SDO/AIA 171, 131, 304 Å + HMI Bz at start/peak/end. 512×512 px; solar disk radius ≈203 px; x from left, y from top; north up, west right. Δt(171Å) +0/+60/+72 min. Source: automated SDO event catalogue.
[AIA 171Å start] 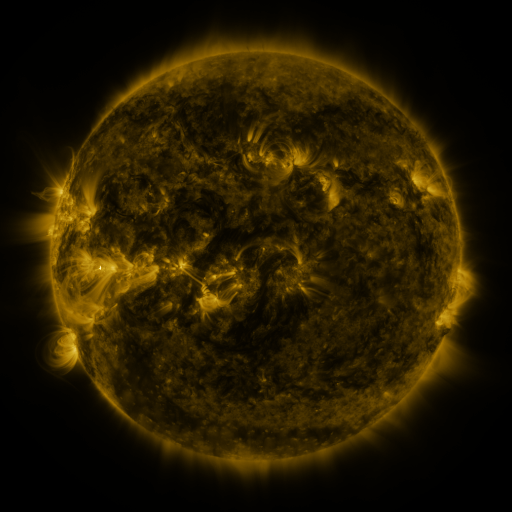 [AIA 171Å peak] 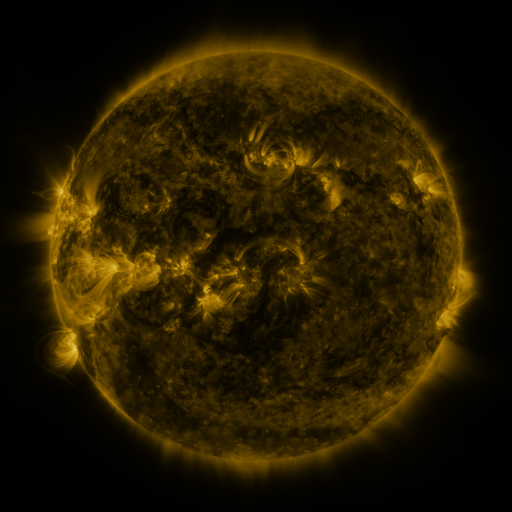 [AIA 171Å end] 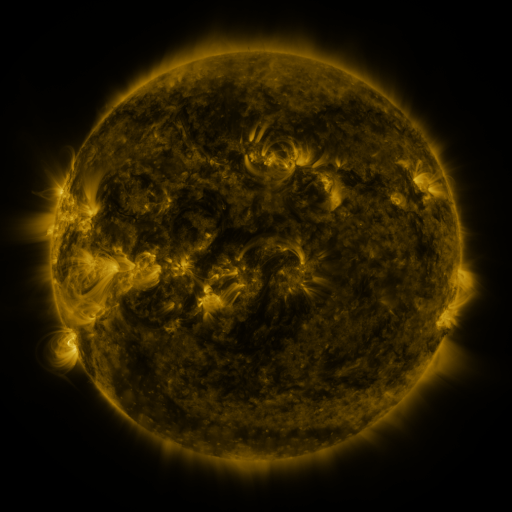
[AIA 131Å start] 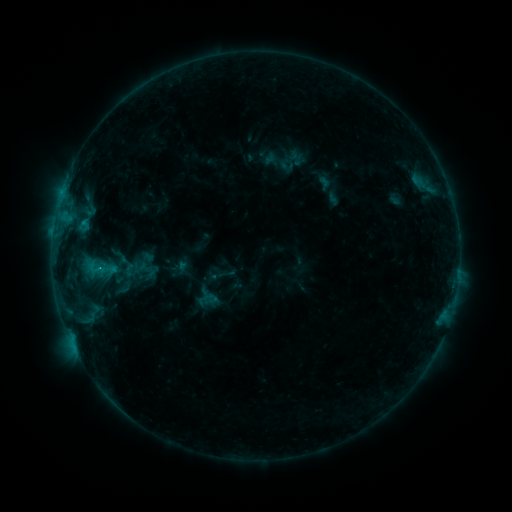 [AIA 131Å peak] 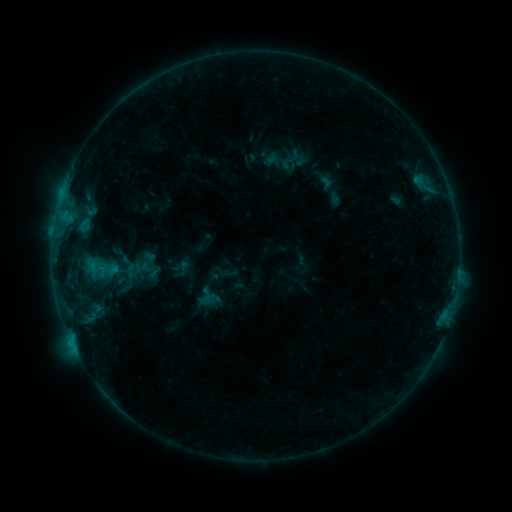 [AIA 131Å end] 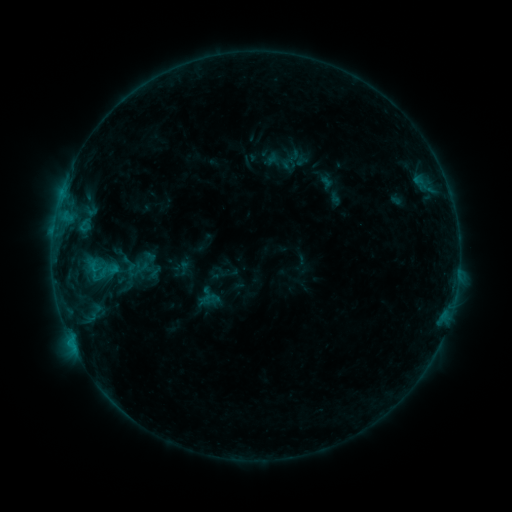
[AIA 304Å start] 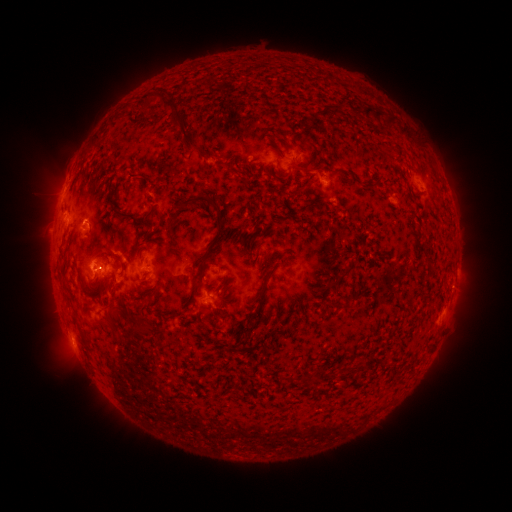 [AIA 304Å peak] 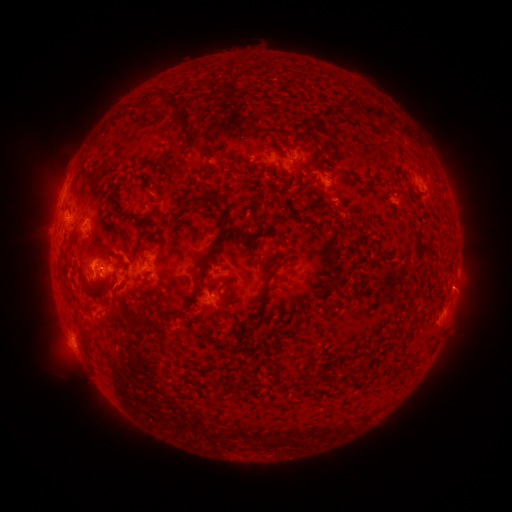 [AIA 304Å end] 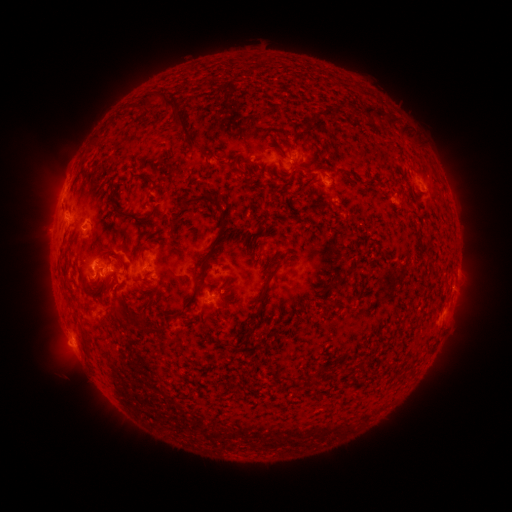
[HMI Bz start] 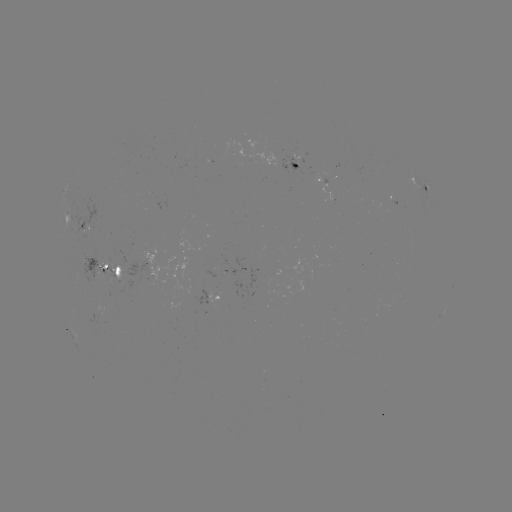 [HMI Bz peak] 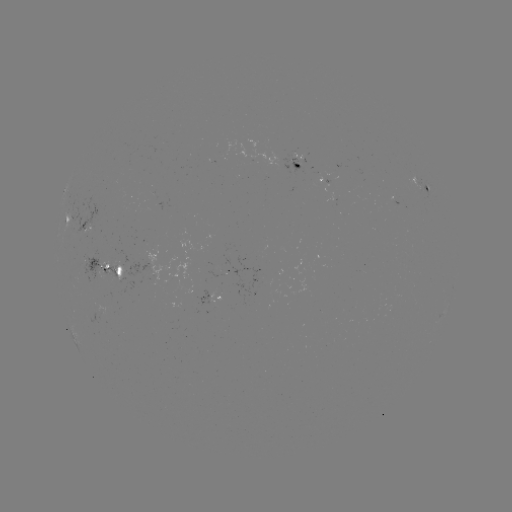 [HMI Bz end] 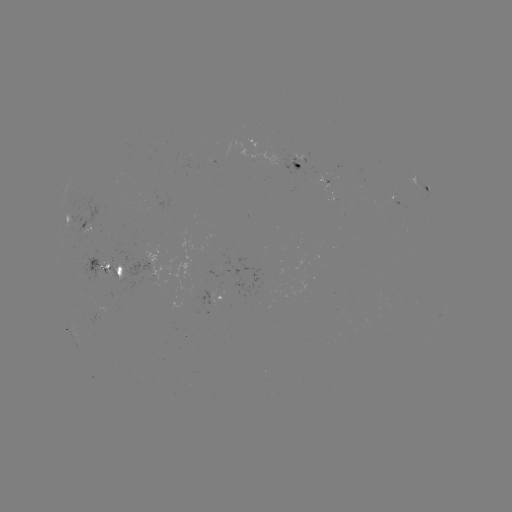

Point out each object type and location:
emerging-flux region: (90, 221)
